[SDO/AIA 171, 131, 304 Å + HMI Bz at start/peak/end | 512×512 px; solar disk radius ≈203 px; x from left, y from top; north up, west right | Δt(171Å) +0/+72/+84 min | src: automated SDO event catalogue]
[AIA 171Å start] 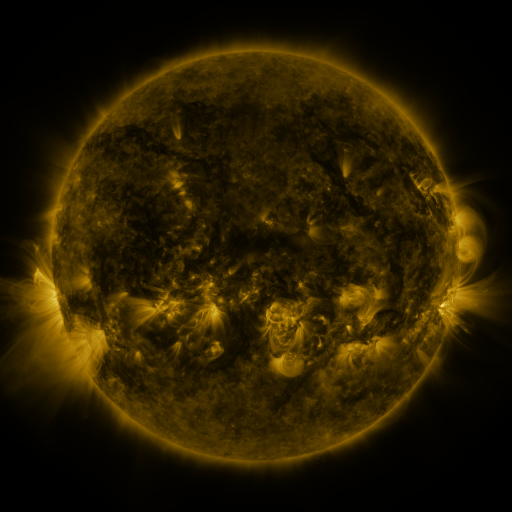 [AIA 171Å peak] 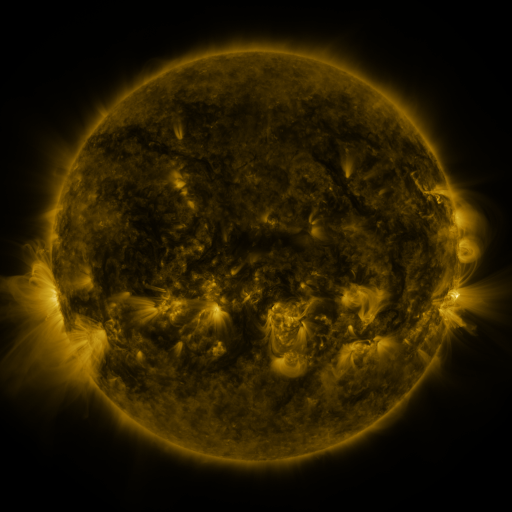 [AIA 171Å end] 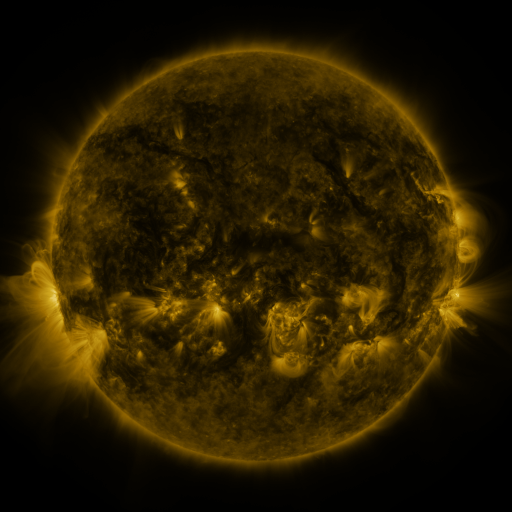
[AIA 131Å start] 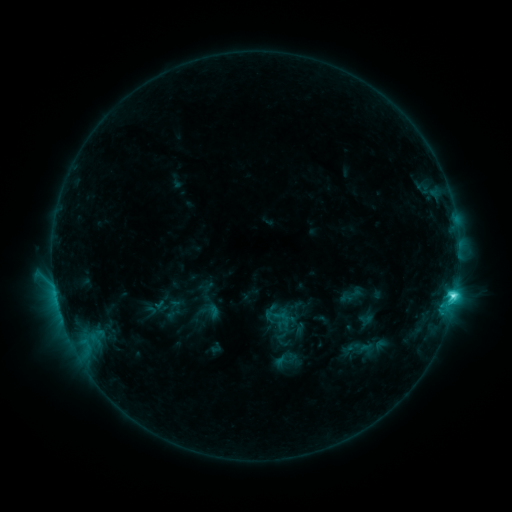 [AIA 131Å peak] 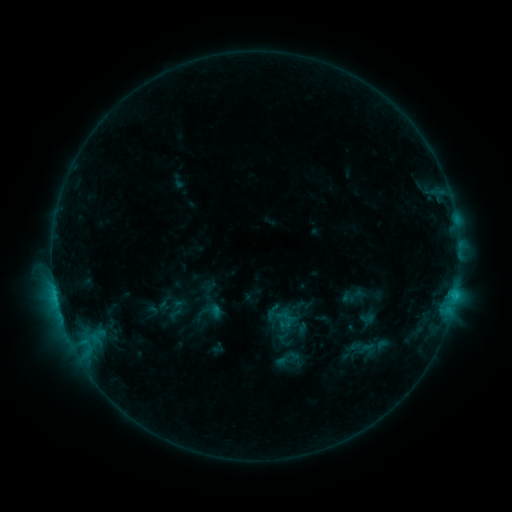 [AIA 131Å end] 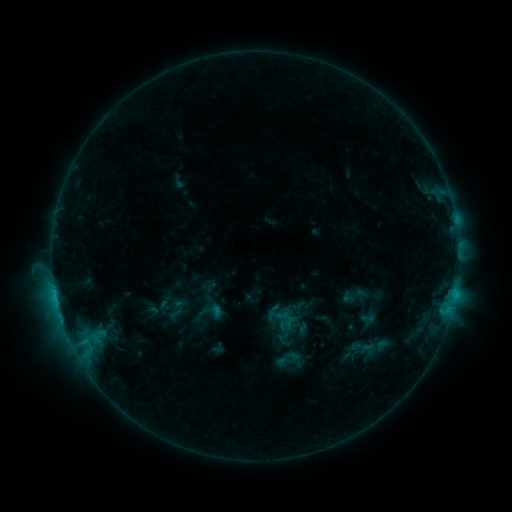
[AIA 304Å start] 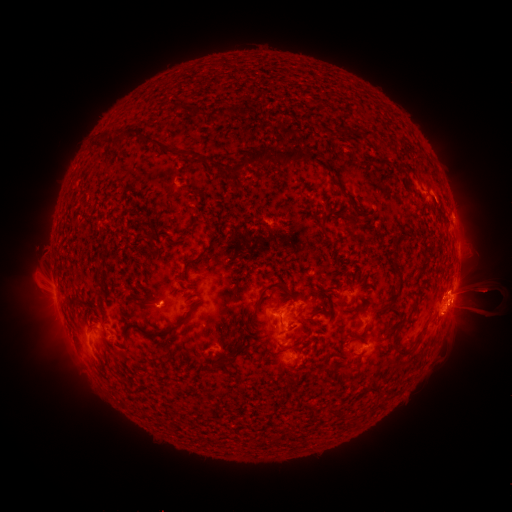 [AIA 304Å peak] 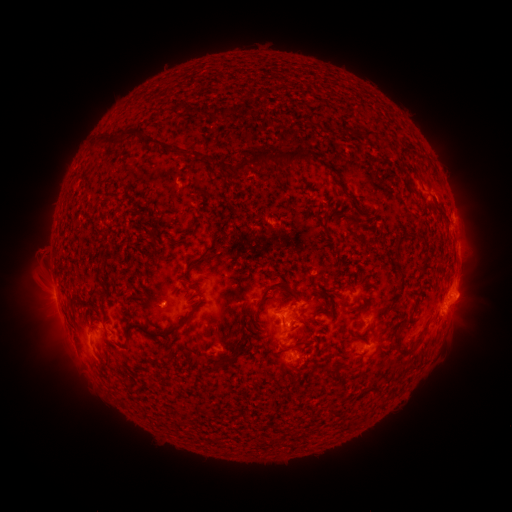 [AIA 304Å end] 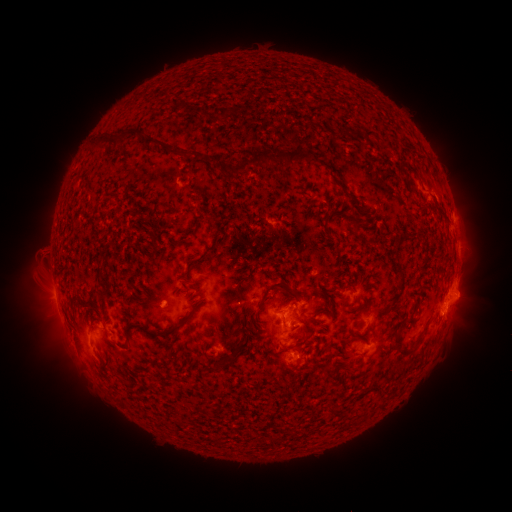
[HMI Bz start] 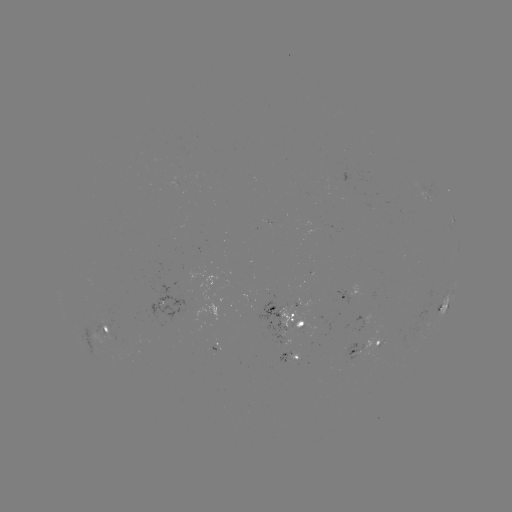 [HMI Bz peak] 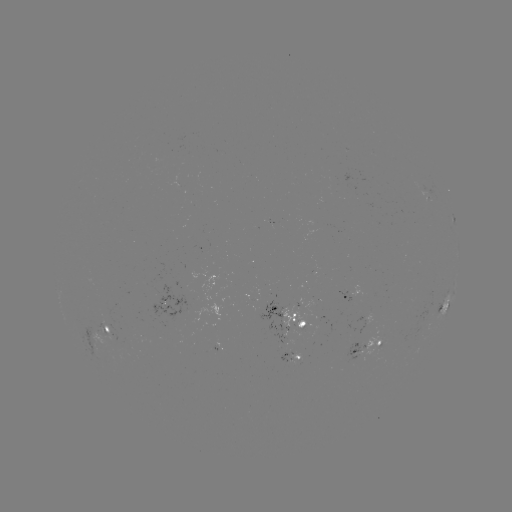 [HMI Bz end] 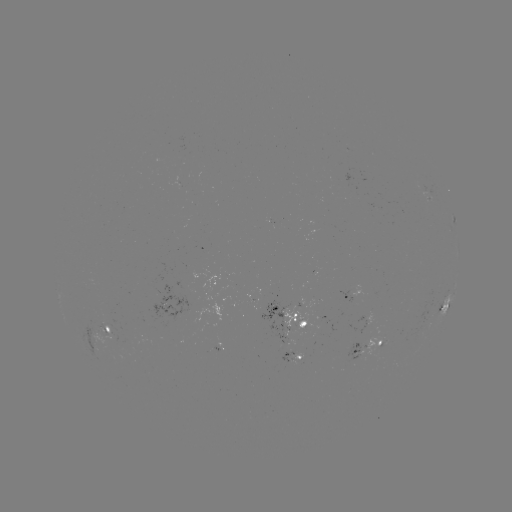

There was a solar emerging-flux region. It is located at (267, 303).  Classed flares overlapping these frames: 1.